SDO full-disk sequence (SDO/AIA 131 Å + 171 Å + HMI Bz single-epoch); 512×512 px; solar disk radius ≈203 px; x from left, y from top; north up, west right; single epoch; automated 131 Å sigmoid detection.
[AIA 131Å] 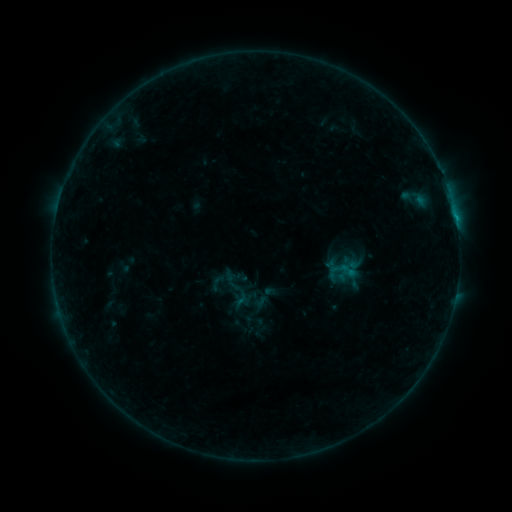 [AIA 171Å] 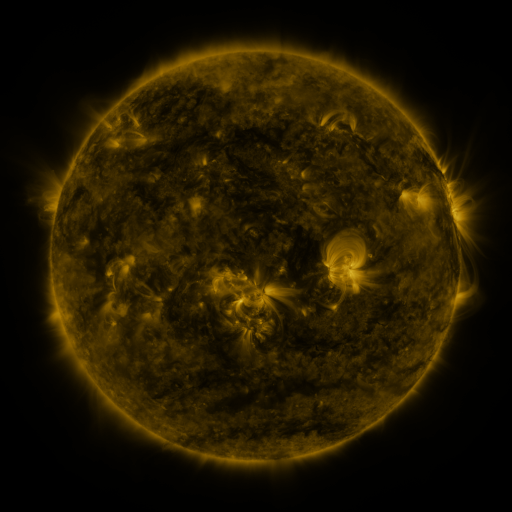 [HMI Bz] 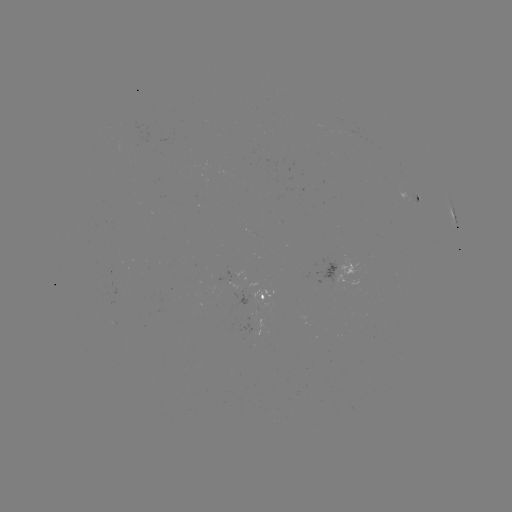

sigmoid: <bbox>207, 273, 227, 292</bbox>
